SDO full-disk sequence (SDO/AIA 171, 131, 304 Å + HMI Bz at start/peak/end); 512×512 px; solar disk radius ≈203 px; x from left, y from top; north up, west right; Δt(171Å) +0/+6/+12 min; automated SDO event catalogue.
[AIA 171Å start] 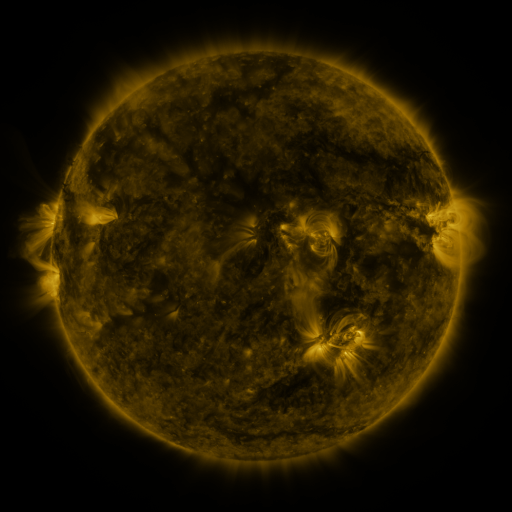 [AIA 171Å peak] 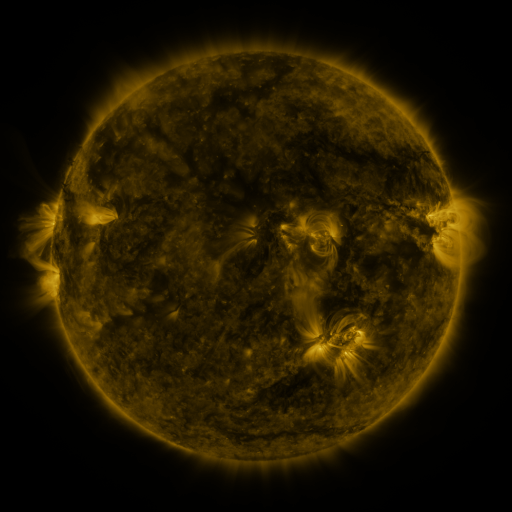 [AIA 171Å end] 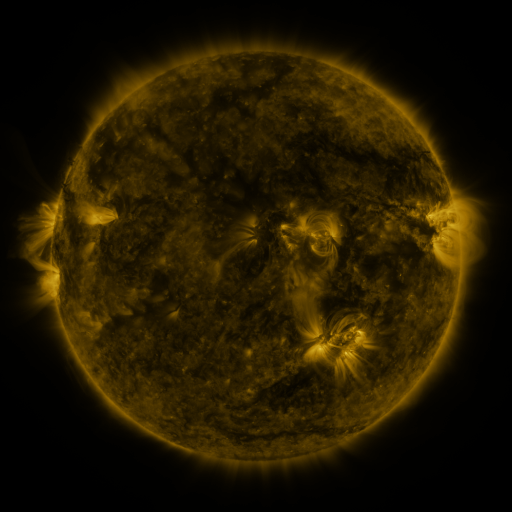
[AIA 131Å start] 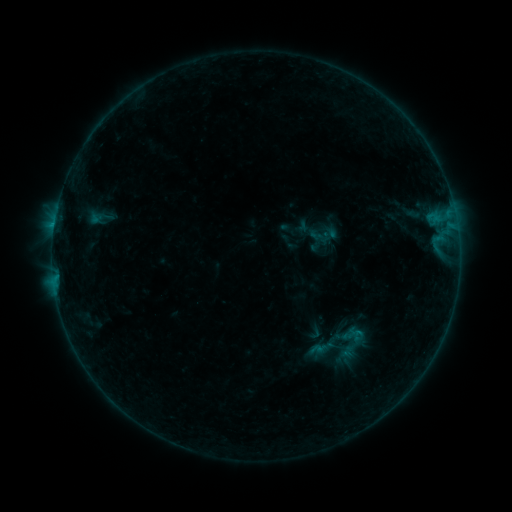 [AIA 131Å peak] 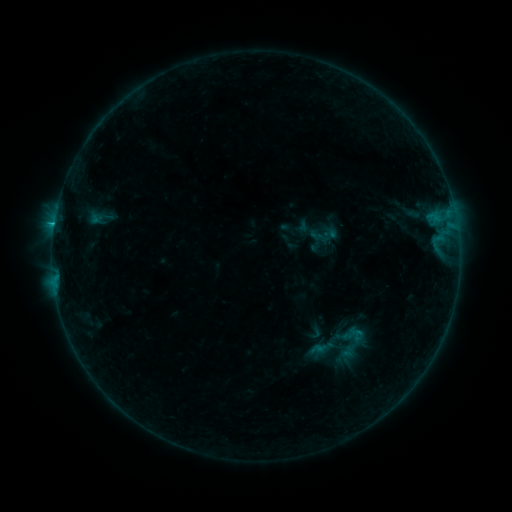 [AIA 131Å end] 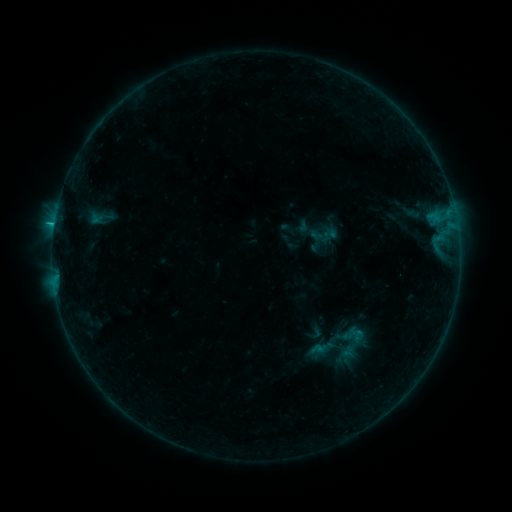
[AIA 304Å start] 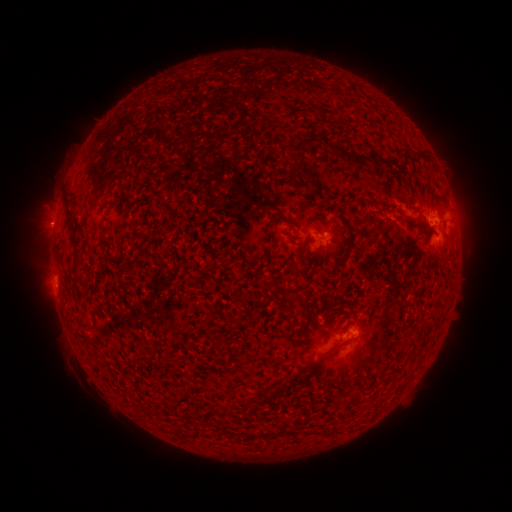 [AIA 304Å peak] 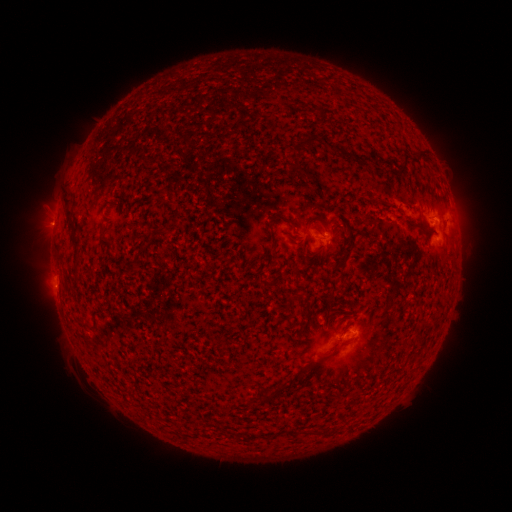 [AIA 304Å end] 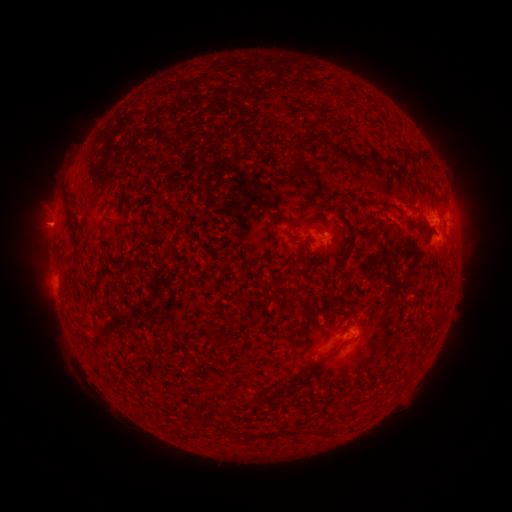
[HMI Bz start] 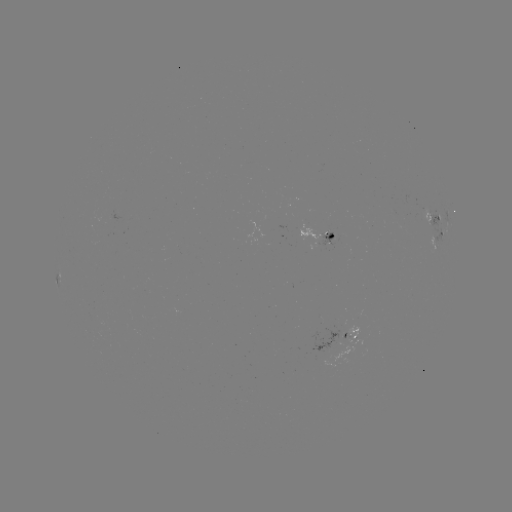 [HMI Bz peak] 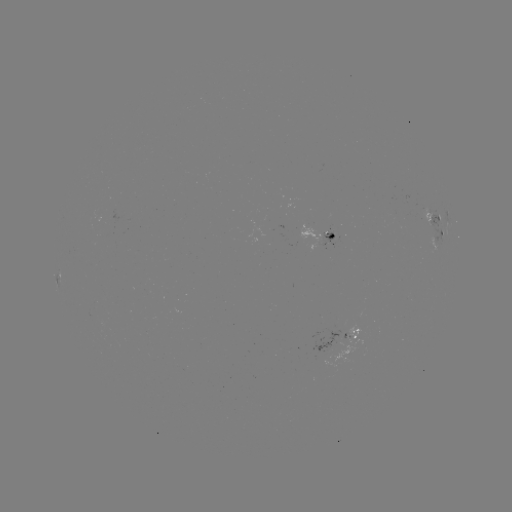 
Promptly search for B8.9 flare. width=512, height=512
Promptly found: (55, 224).